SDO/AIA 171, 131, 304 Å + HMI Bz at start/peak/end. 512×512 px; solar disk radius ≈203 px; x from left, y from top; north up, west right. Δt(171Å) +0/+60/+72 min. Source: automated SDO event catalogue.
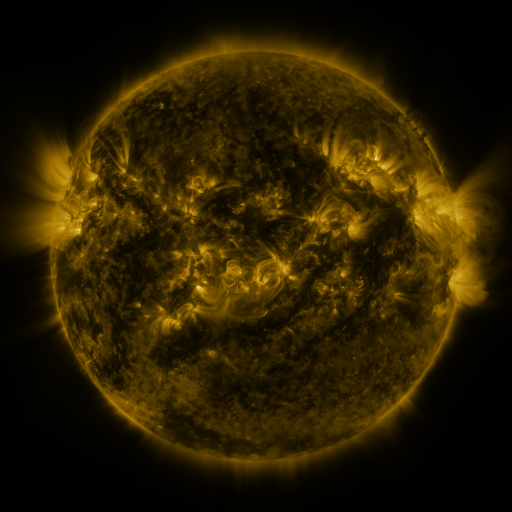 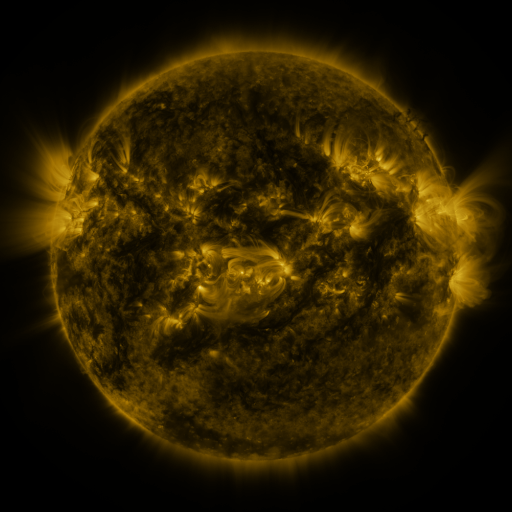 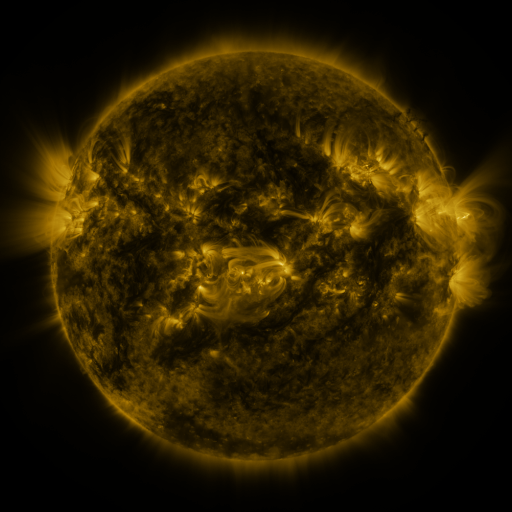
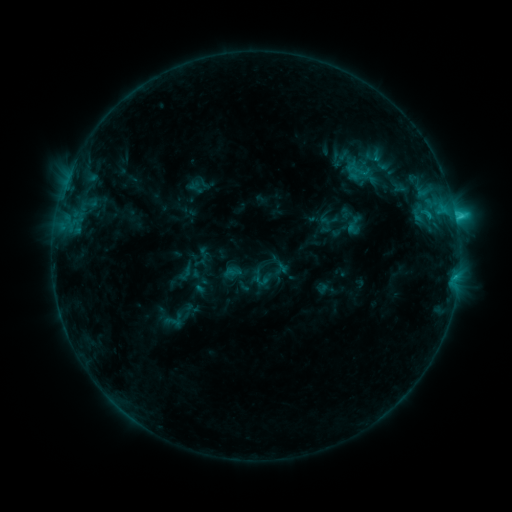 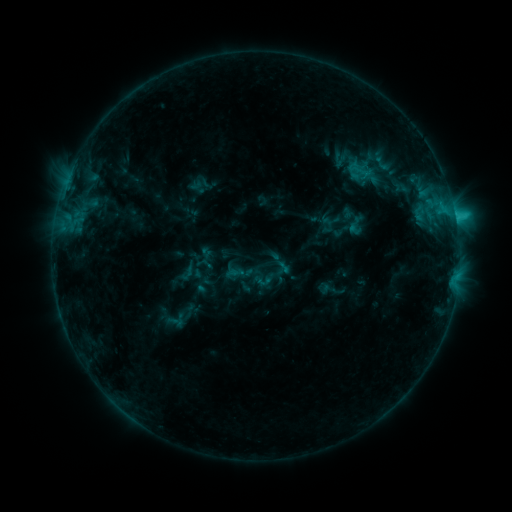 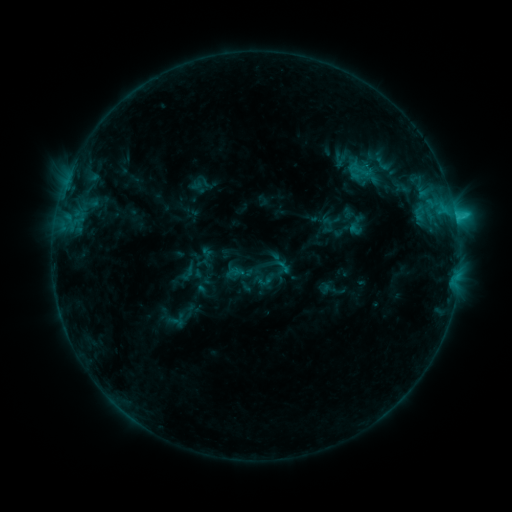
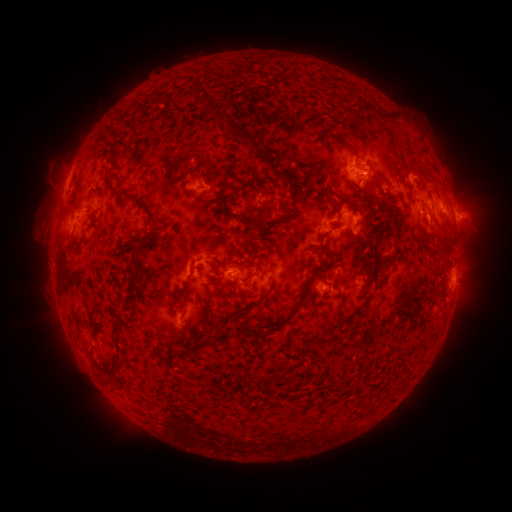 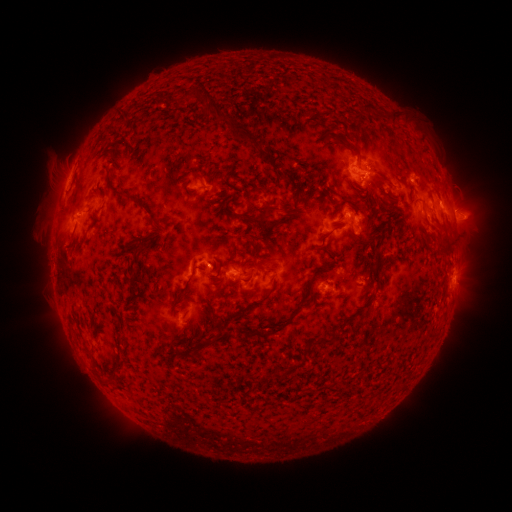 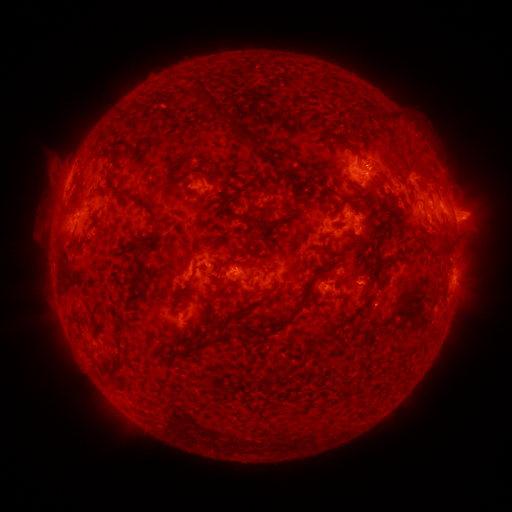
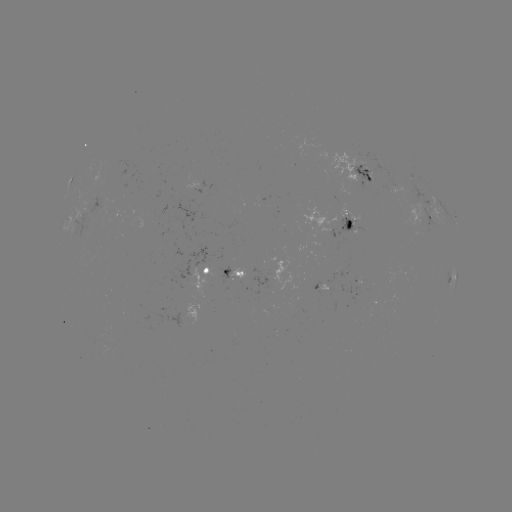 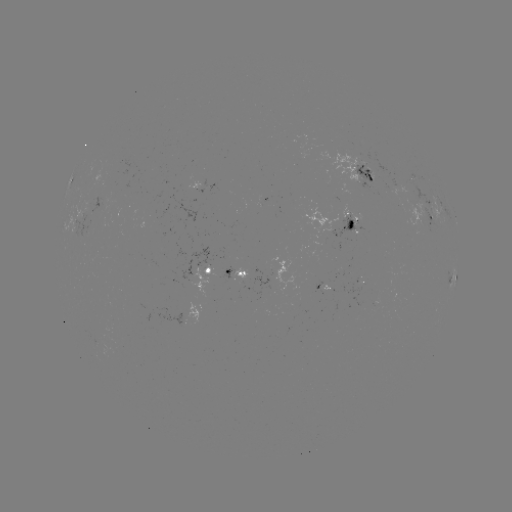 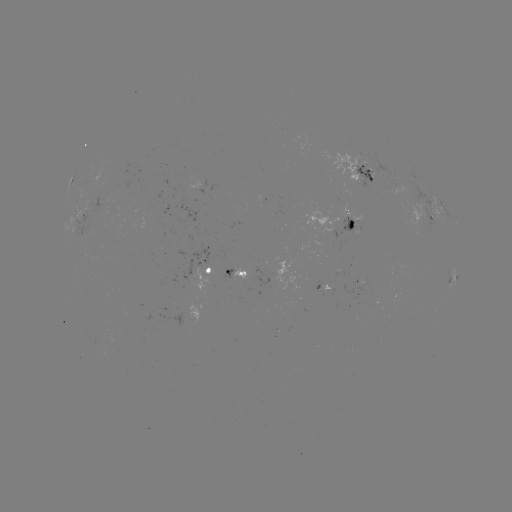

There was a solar emerging-flux region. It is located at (231, 271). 